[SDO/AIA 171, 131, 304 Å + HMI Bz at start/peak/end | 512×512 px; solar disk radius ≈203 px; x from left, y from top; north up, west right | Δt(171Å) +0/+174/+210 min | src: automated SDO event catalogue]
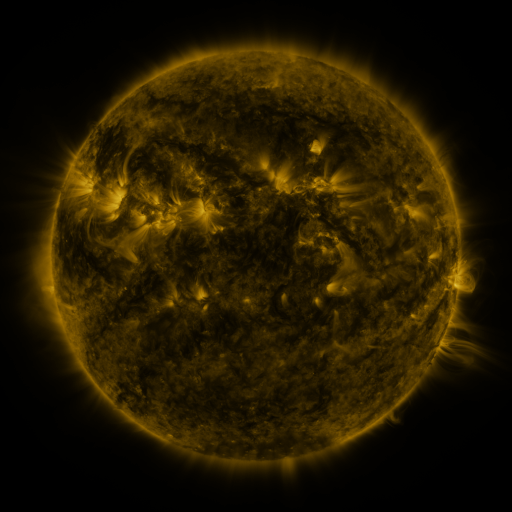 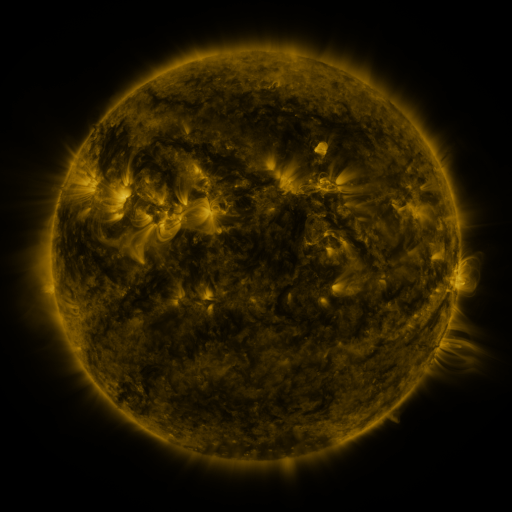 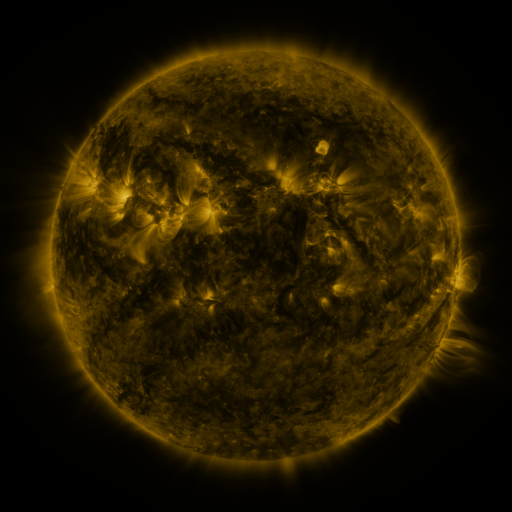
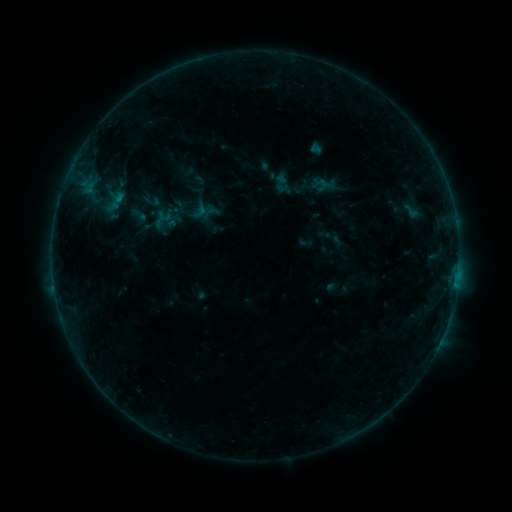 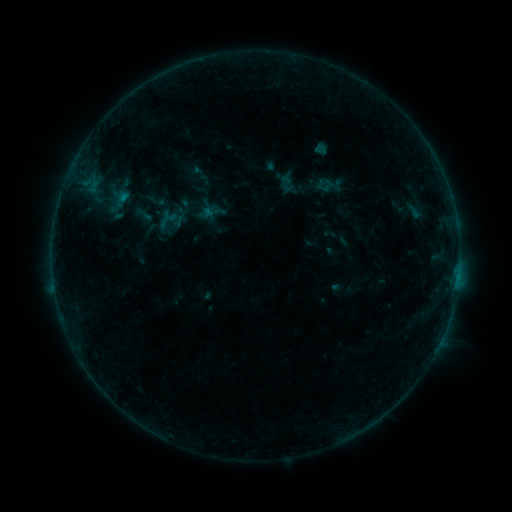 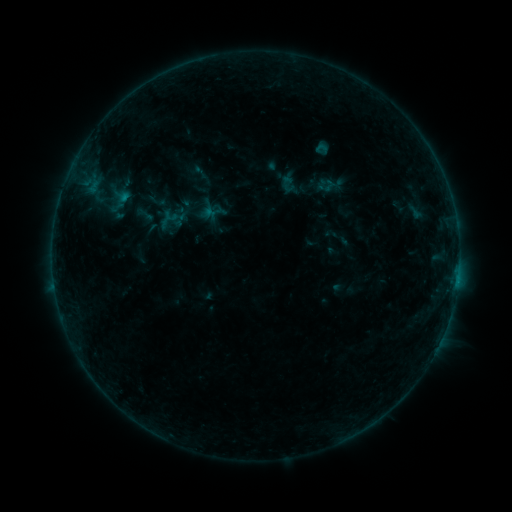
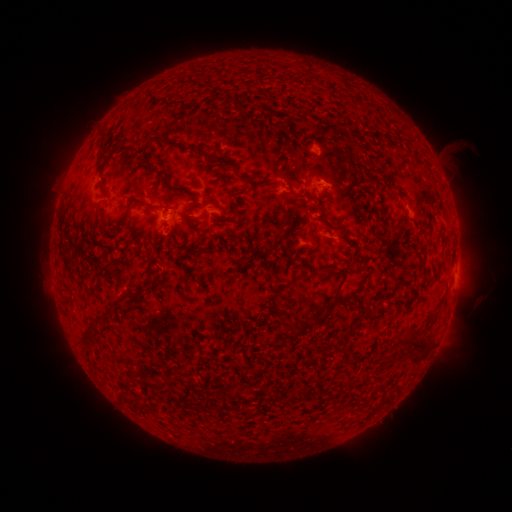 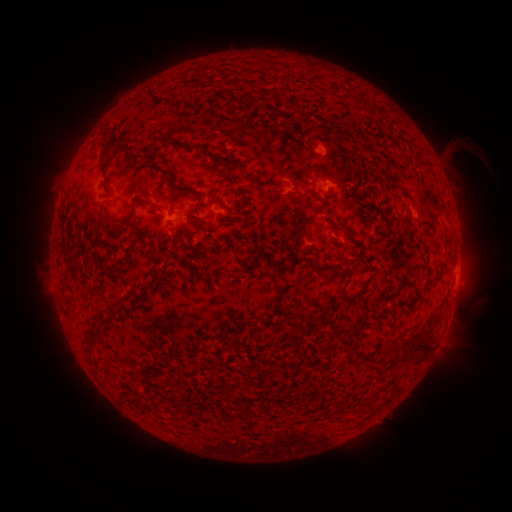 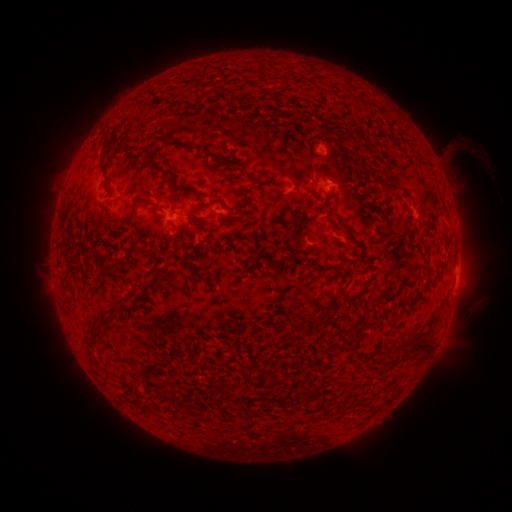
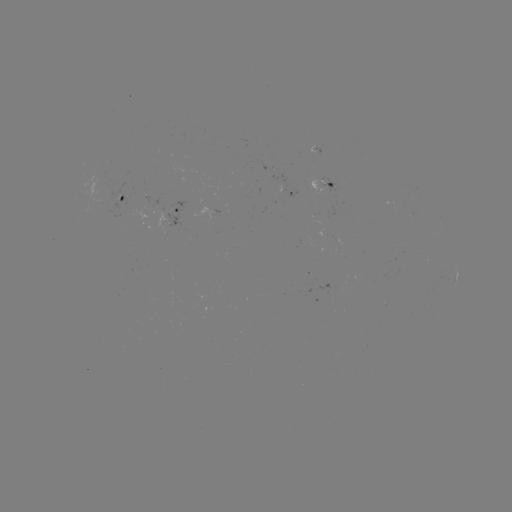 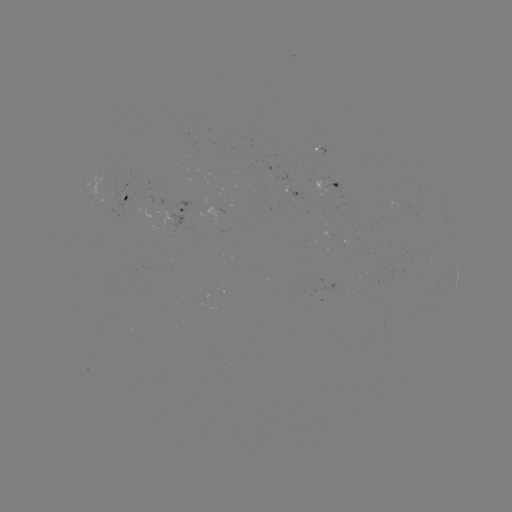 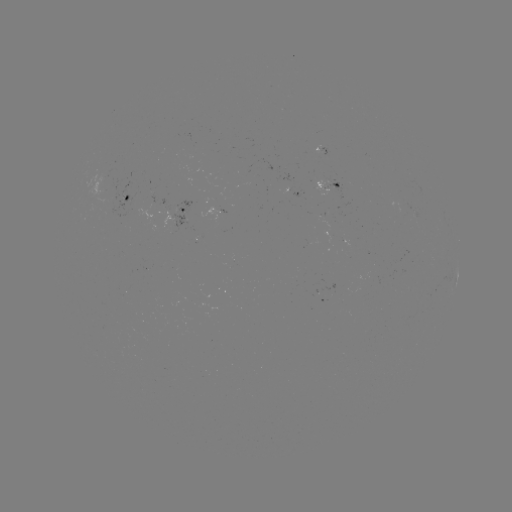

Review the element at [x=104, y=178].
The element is emerging-flux region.